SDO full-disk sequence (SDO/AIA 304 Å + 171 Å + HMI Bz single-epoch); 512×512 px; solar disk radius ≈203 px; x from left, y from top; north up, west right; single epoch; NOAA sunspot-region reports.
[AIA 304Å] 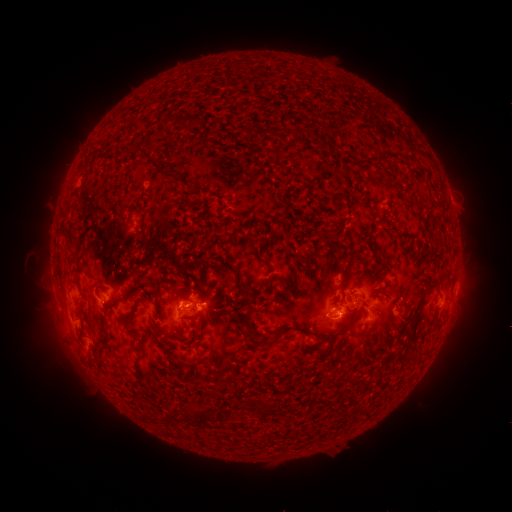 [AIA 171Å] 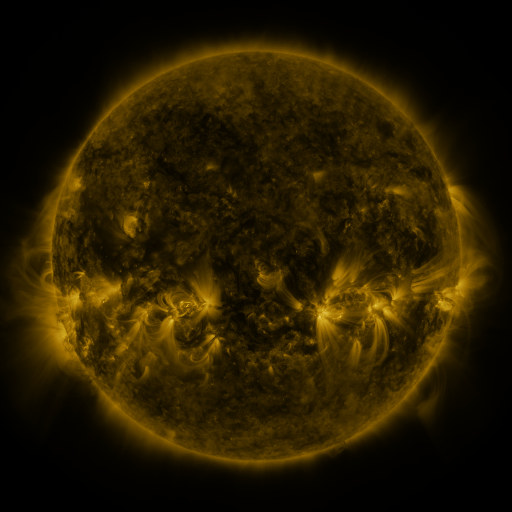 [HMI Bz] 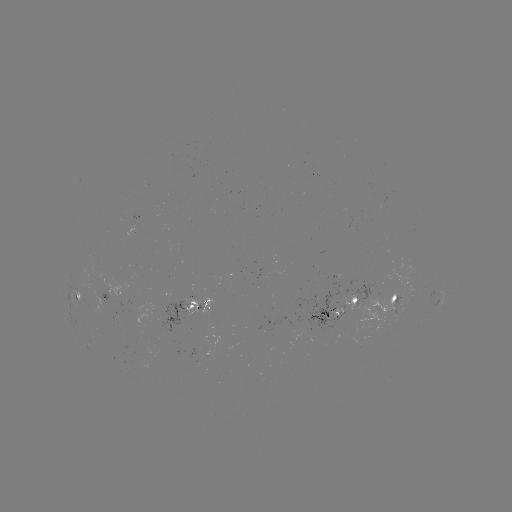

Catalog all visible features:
spotted active region: (284, 268)
spotted active region: (457, 284)
spotted active region: (112, 292)
spotted active region: (80, 294)
spotted active region: (390, 302)
spotted active region: (192, 304)
spotted active region: (341, 304)
